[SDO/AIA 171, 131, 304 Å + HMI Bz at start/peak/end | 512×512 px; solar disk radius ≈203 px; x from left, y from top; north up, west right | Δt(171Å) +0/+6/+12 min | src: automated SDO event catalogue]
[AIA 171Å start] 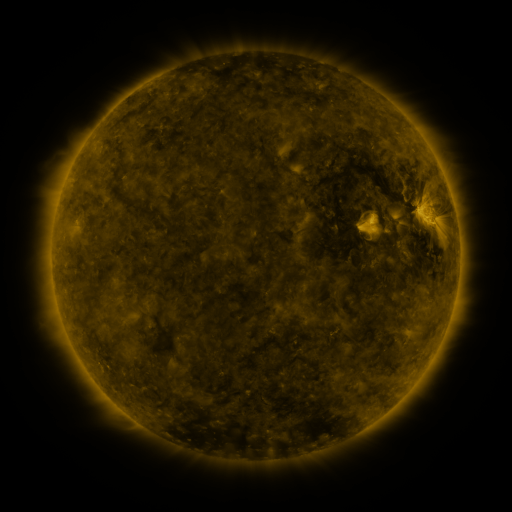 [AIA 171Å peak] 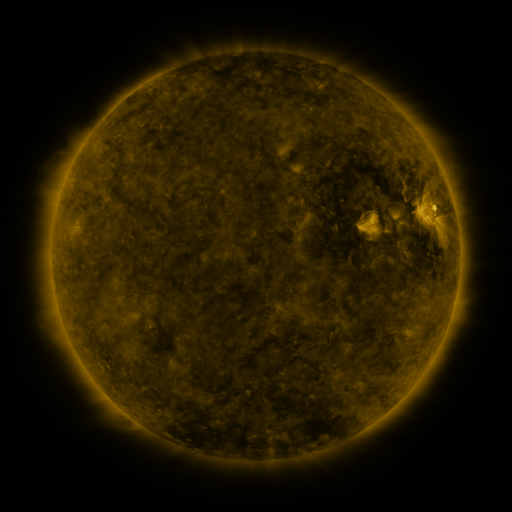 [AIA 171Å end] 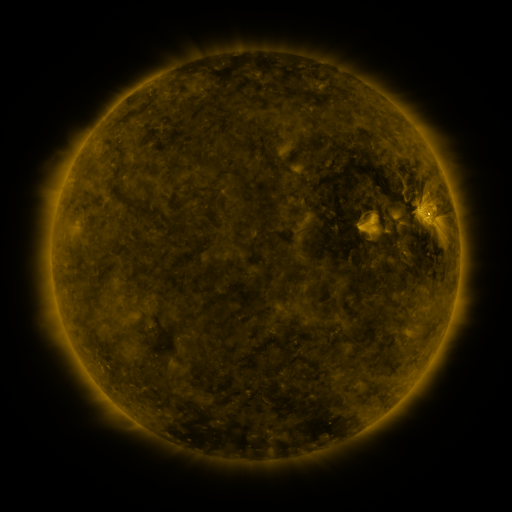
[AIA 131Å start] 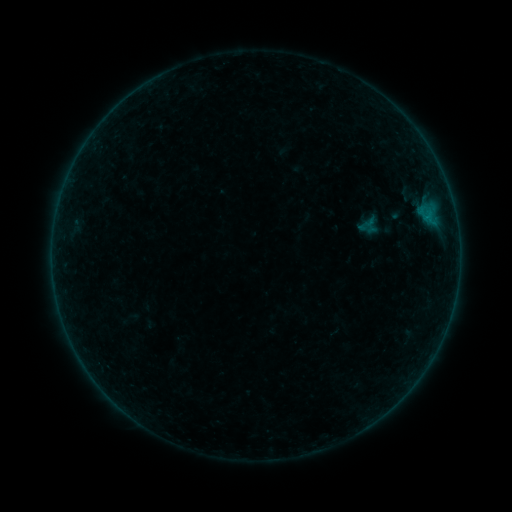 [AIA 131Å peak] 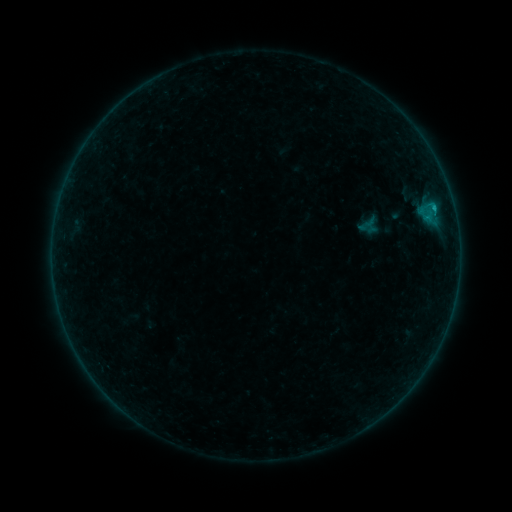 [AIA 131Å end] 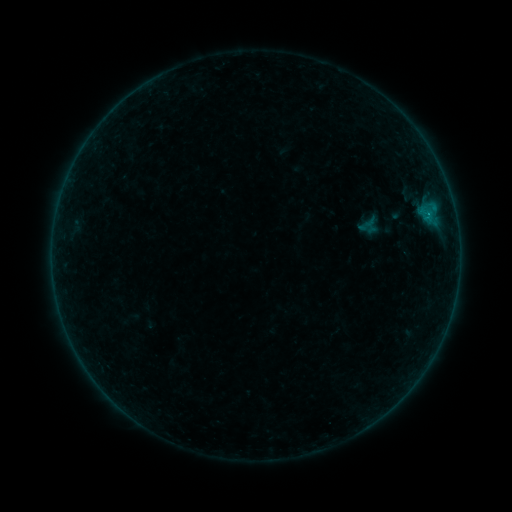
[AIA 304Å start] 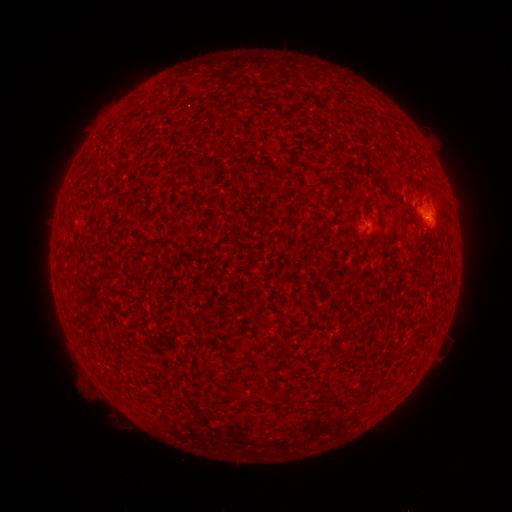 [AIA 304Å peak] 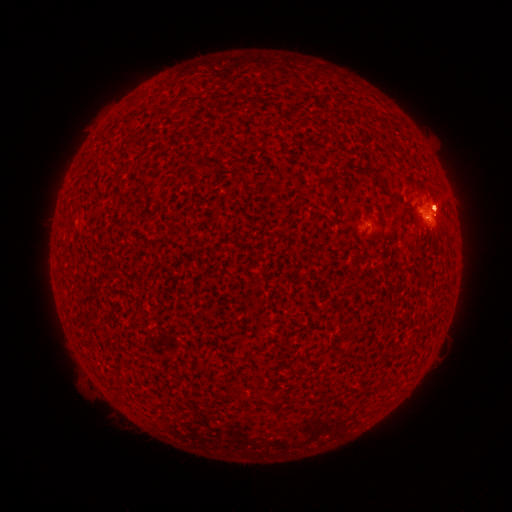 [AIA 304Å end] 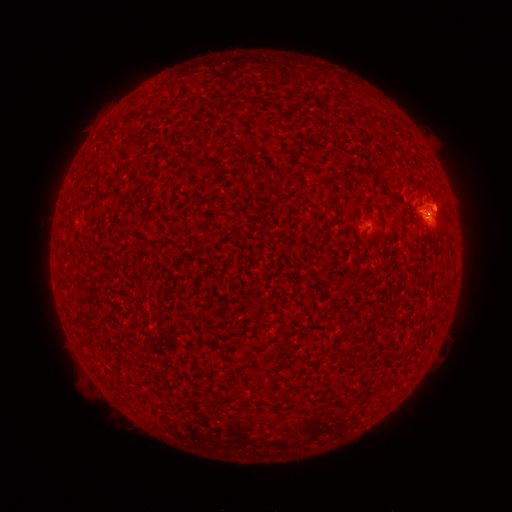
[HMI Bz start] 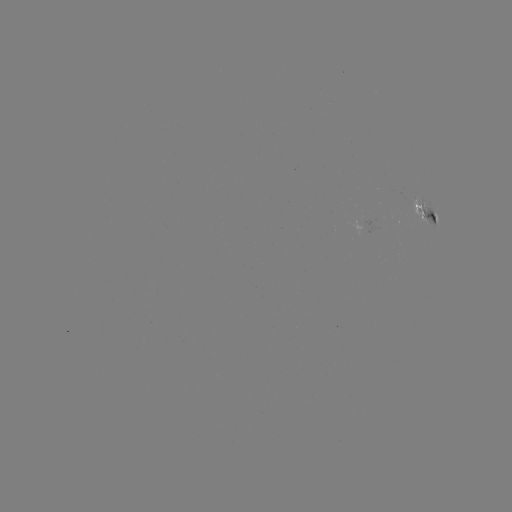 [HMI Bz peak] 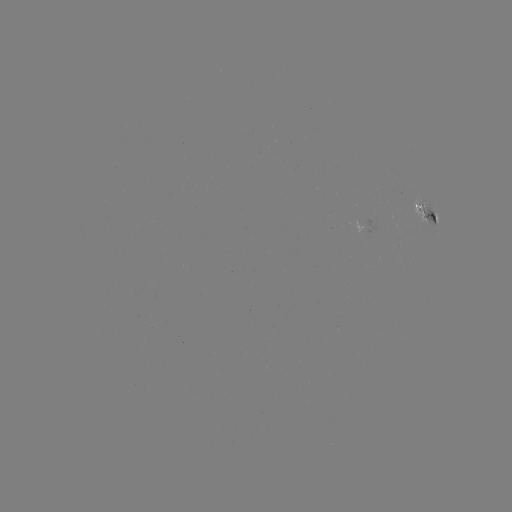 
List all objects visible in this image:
B2.3 flare: (432, 209)
